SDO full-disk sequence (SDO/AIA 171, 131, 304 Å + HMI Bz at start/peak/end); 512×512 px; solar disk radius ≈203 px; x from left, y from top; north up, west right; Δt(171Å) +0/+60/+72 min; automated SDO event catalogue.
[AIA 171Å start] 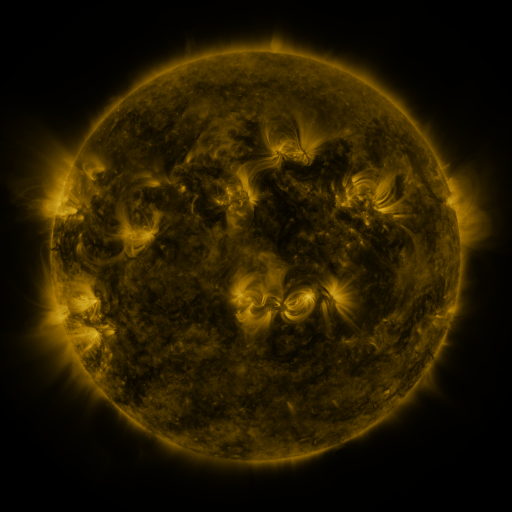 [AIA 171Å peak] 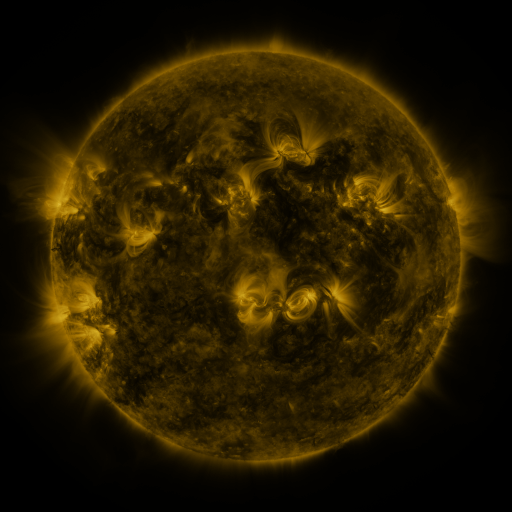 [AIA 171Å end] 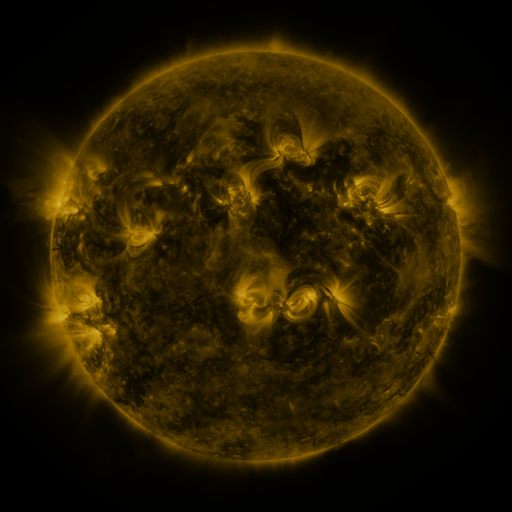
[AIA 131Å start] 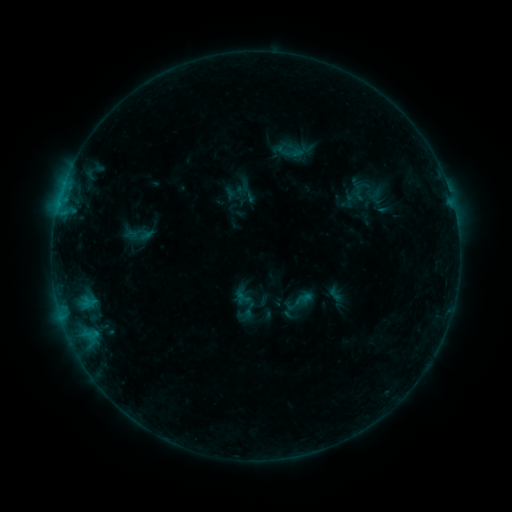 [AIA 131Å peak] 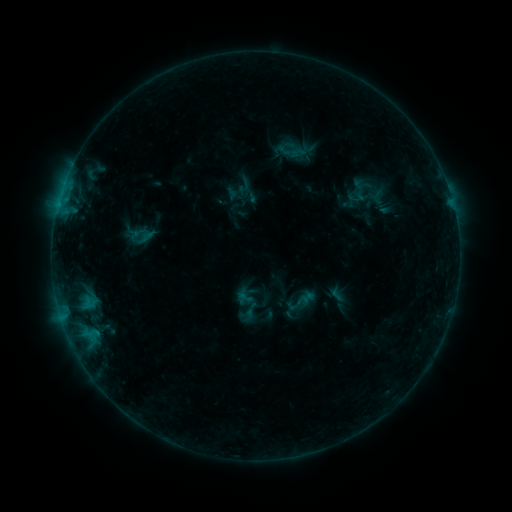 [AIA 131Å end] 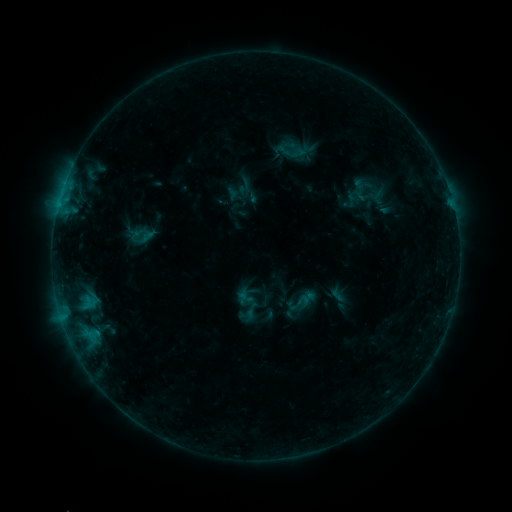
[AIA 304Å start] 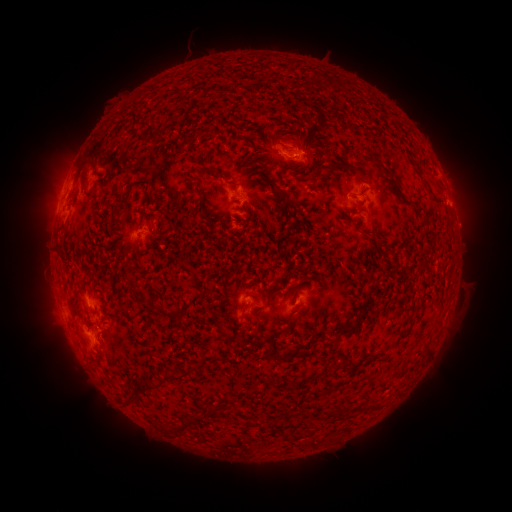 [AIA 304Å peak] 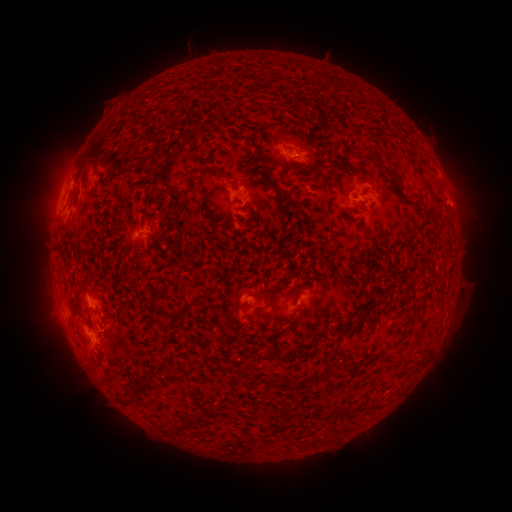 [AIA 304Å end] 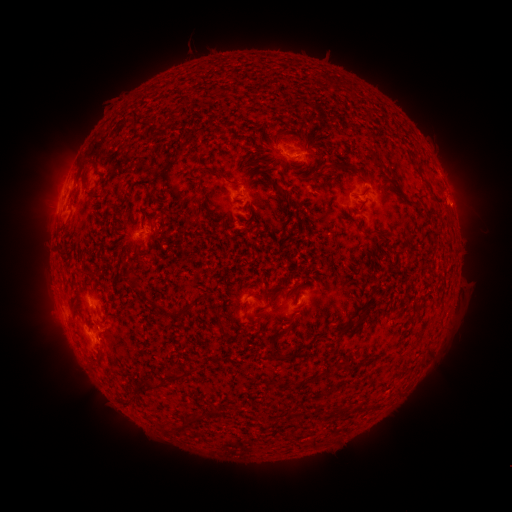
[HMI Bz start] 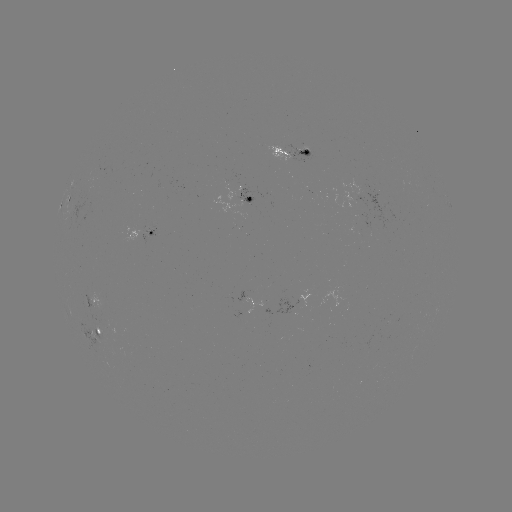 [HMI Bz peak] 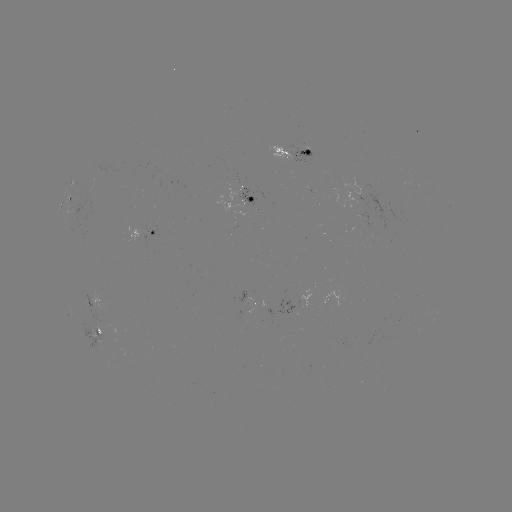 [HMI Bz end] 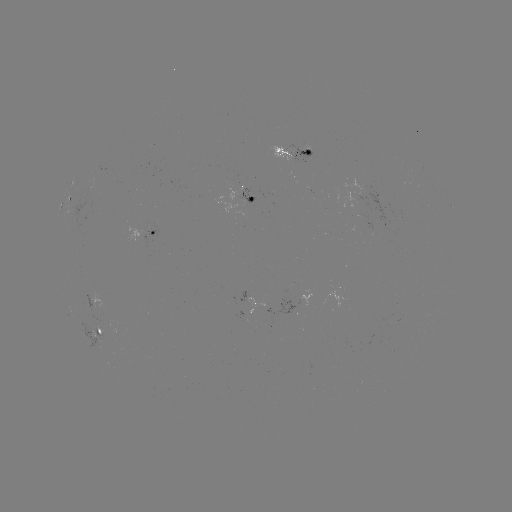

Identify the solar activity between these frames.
emerging-flux region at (100, 307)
